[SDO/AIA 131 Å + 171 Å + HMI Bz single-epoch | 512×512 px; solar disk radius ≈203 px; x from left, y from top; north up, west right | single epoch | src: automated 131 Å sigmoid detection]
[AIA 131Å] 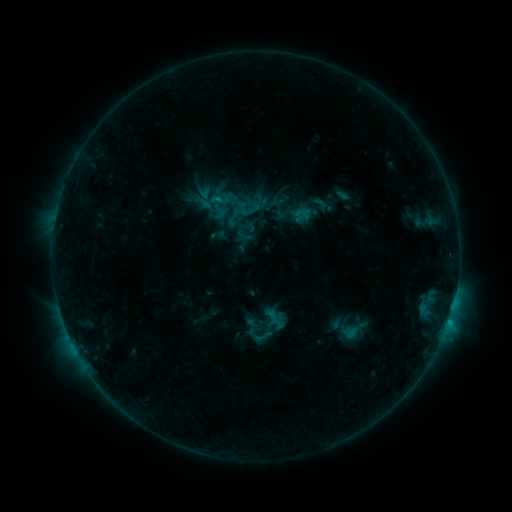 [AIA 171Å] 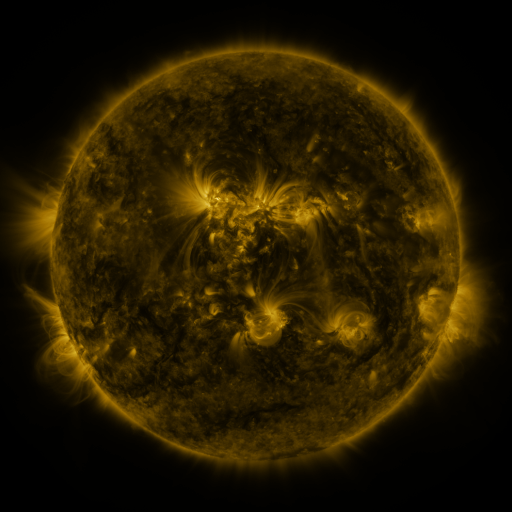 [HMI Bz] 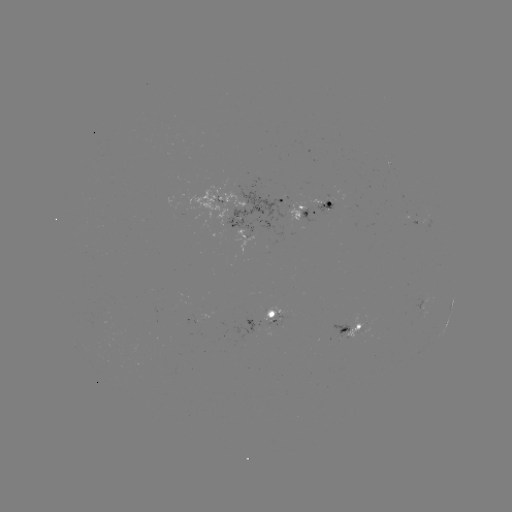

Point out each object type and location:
sigmoid: (261, 339)
